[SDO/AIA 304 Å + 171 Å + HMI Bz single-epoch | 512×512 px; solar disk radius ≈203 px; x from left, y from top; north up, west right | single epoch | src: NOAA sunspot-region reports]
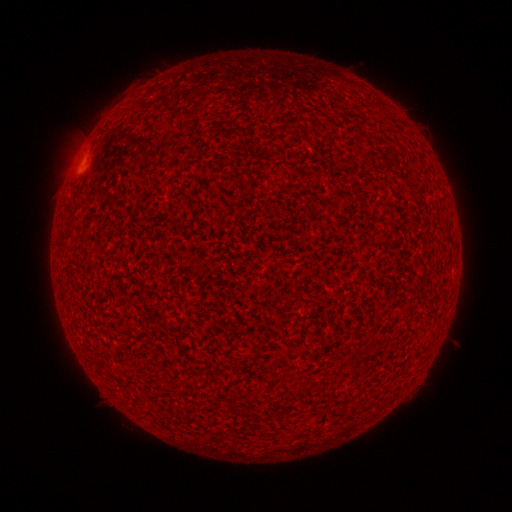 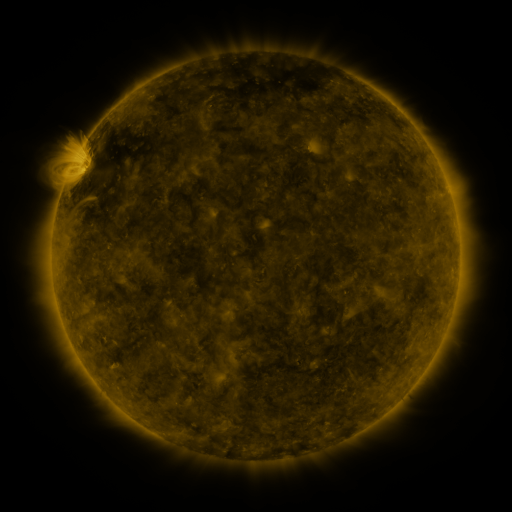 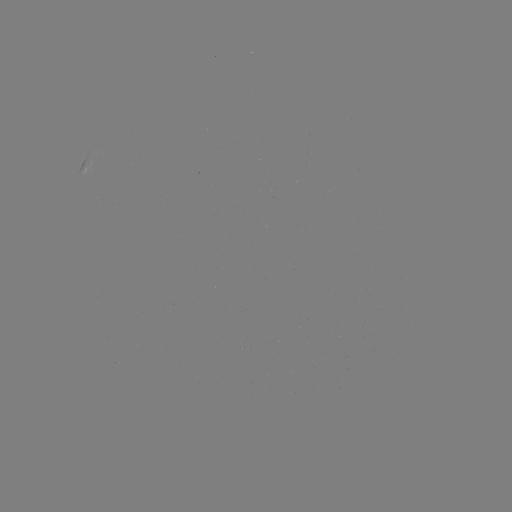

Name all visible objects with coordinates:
(none)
